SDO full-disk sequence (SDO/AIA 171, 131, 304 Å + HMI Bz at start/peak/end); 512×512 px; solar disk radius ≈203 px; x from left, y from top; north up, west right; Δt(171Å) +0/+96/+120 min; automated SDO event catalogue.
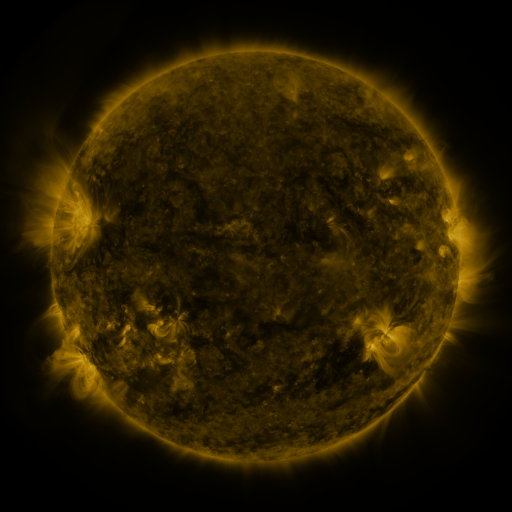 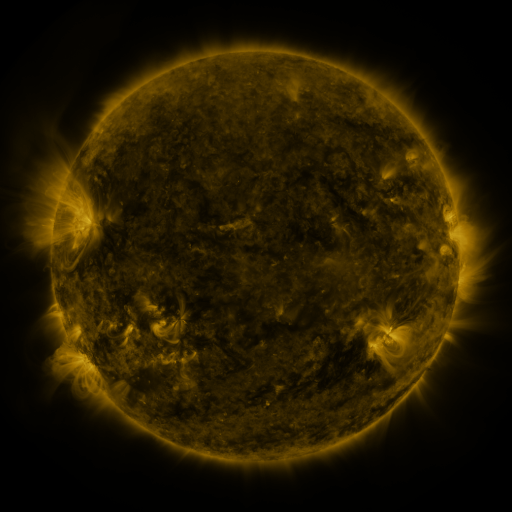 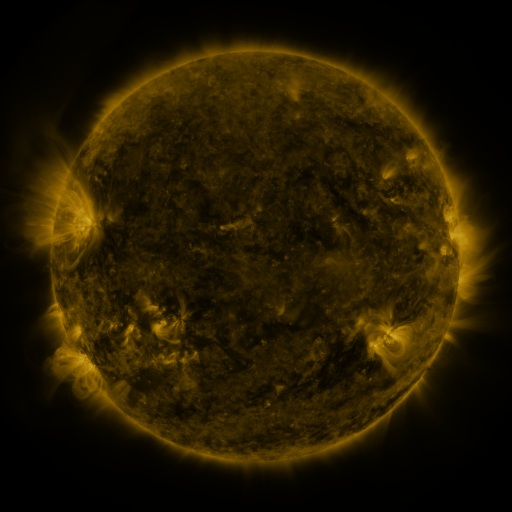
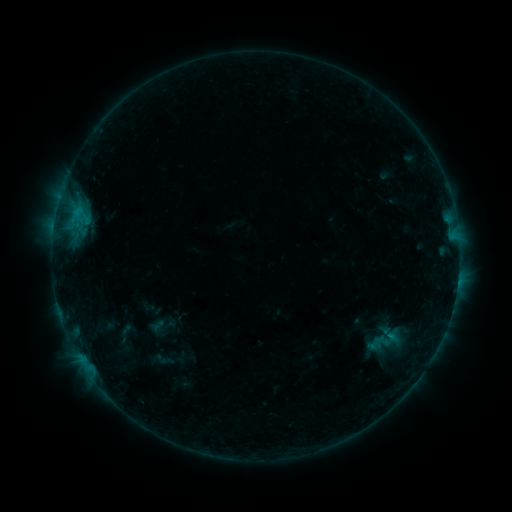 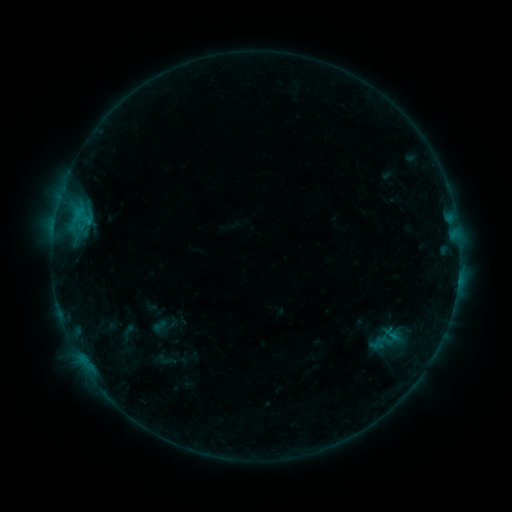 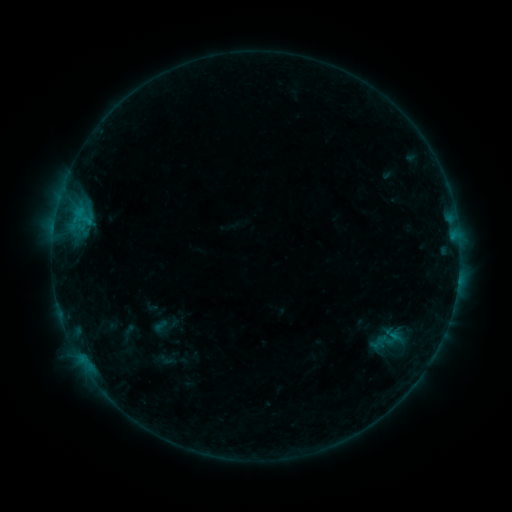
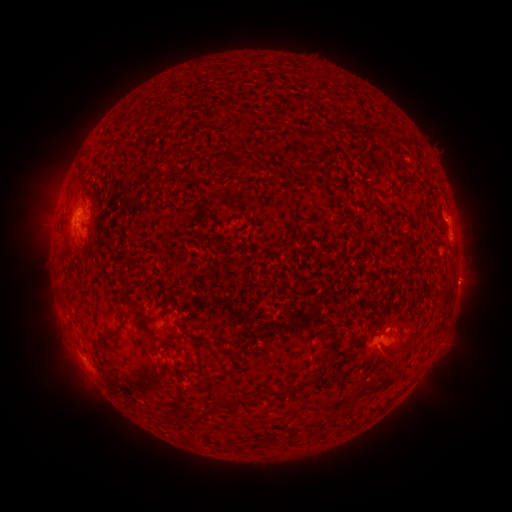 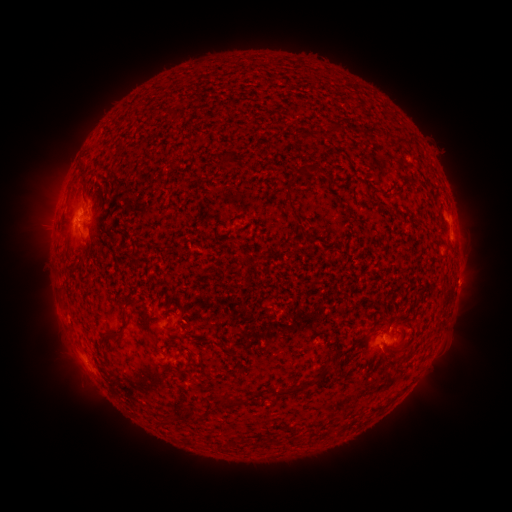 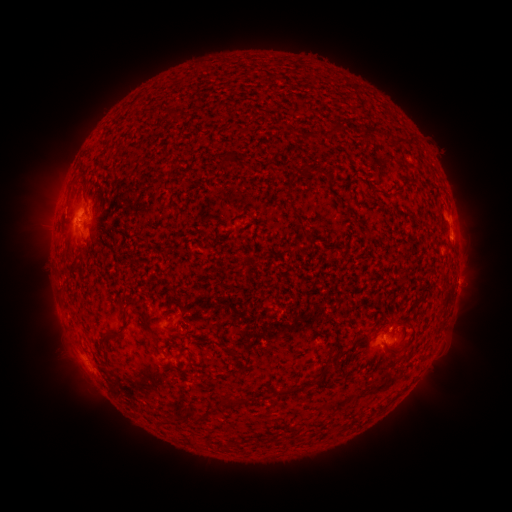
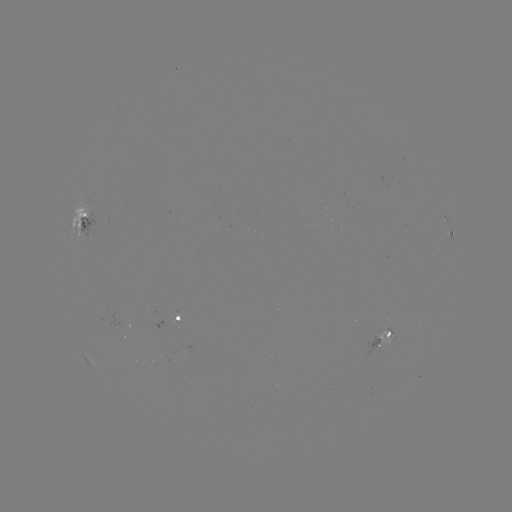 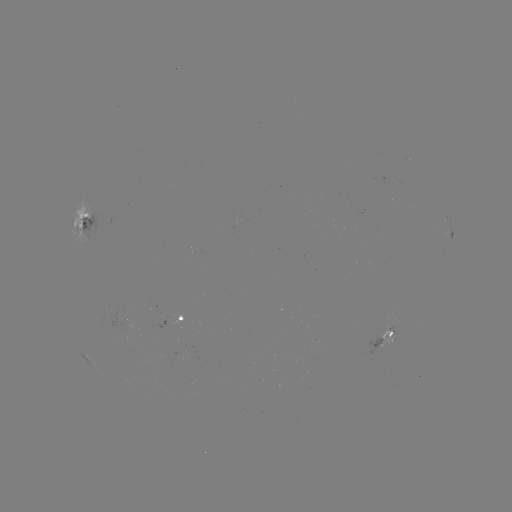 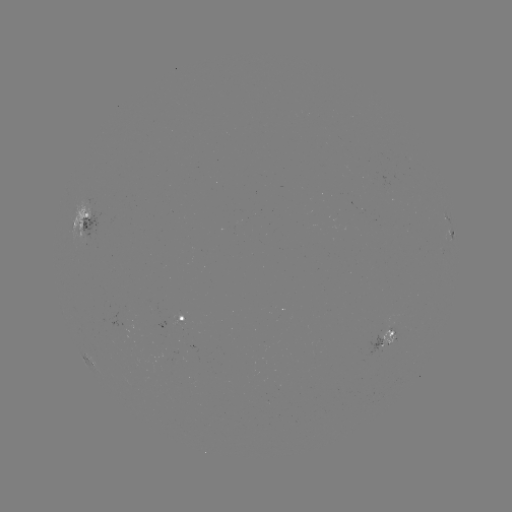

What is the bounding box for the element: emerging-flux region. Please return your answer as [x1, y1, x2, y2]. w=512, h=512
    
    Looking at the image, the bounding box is [170, 312, 185, 327].